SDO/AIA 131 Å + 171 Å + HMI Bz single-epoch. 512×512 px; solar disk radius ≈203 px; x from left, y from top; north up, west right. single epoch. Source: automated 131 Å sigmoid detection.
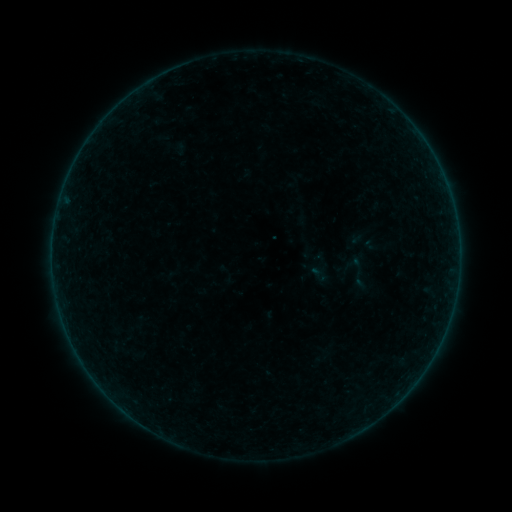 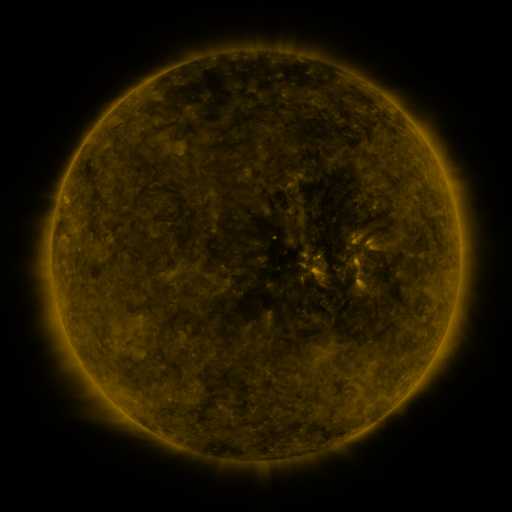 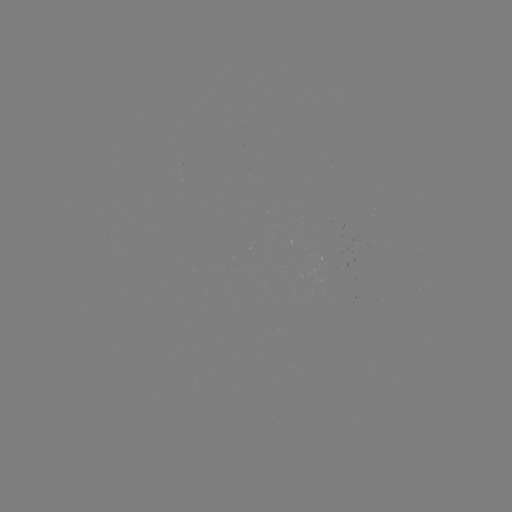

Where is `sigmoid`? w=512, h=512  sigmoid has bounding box [340, 255, 376, 291].